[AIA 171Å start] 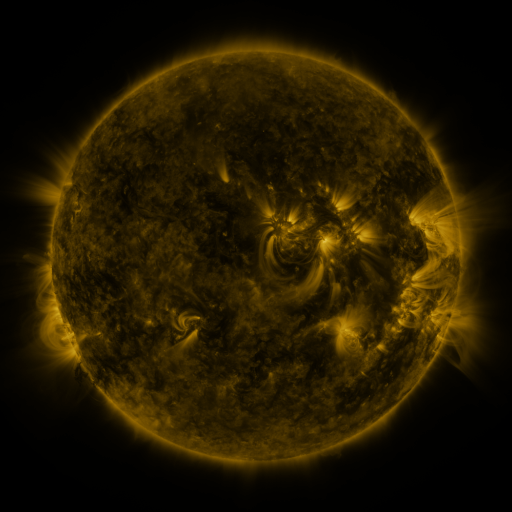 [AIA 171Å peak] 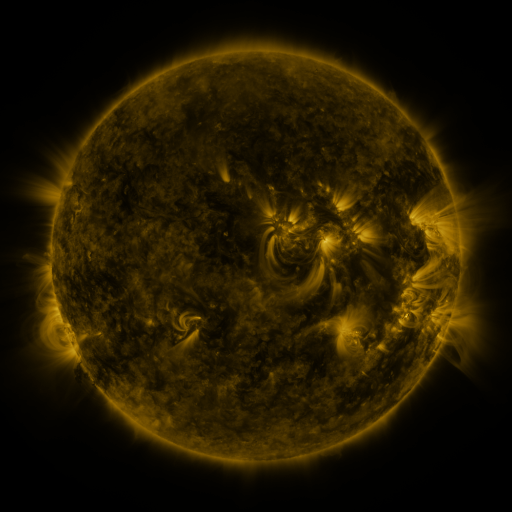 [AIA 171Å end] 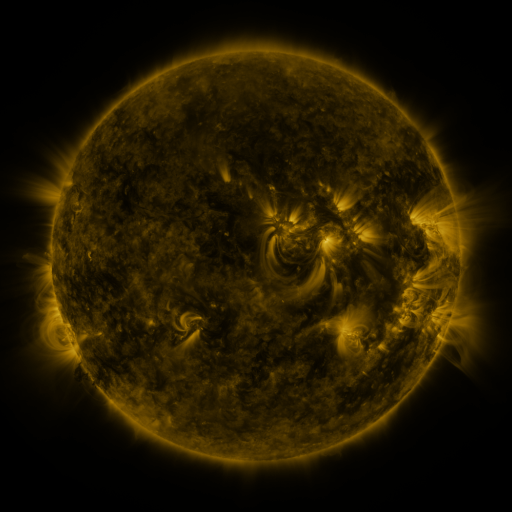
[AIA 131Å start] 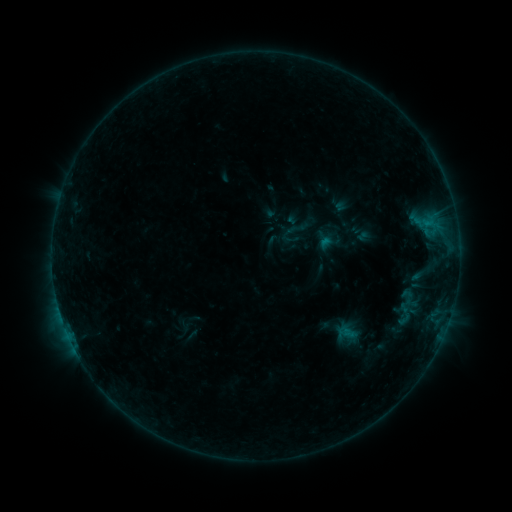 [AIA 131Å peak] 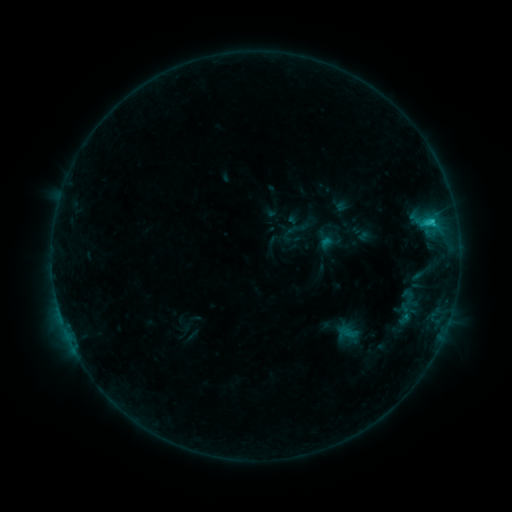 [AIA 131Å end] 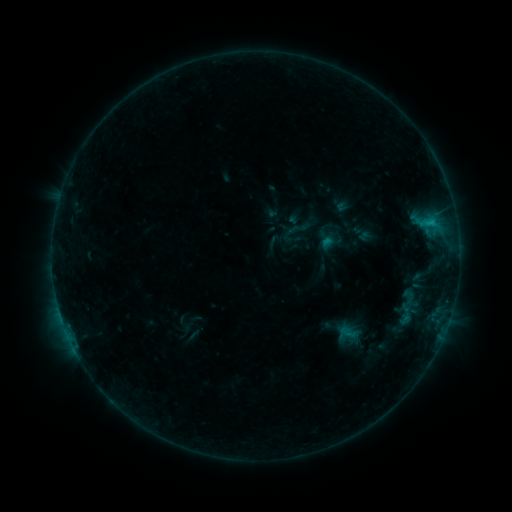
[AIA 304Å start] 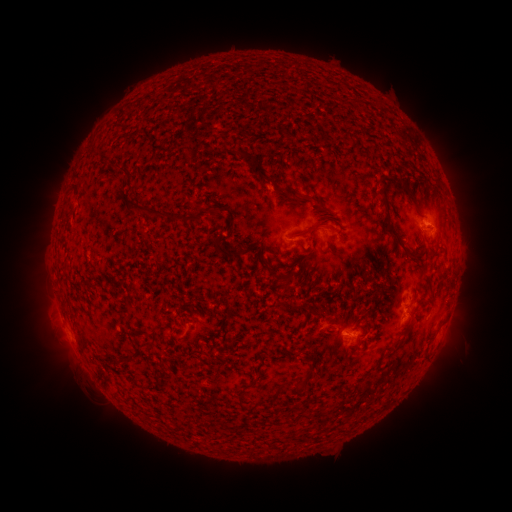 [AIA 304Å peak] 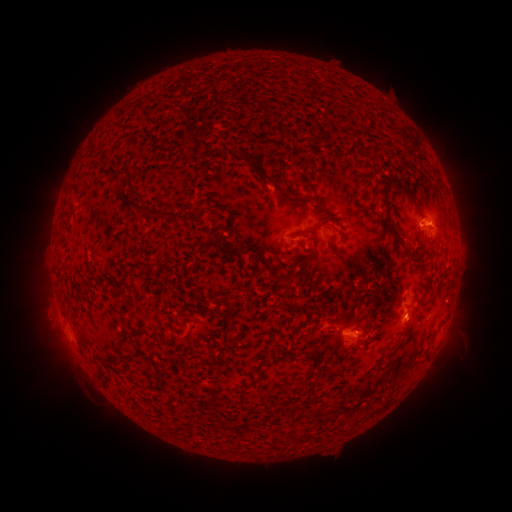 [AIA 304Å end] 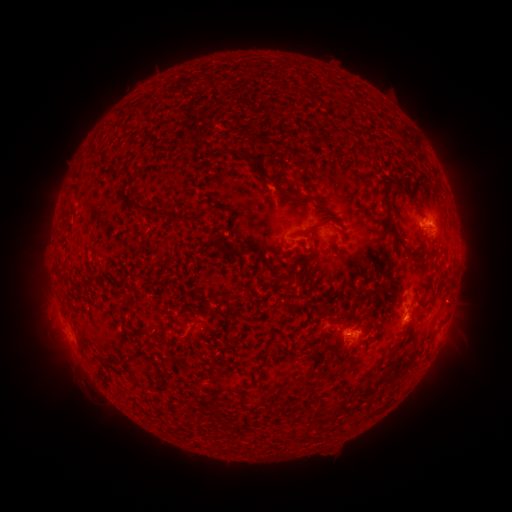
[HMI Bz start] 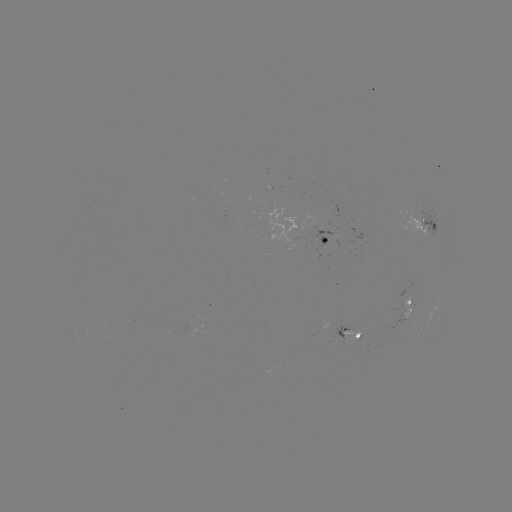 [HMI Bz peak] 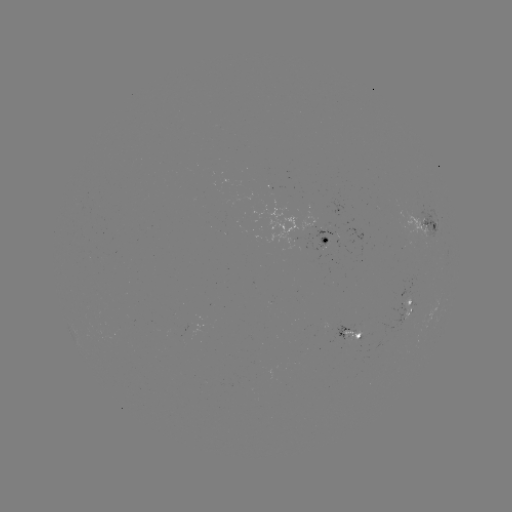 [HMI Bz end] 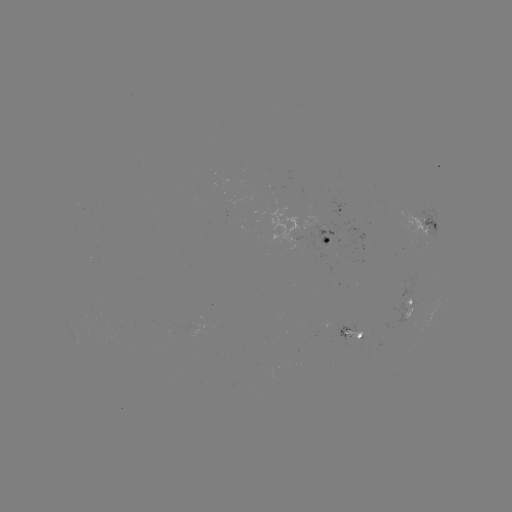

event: flare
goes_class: C1.3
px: (431, 222)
